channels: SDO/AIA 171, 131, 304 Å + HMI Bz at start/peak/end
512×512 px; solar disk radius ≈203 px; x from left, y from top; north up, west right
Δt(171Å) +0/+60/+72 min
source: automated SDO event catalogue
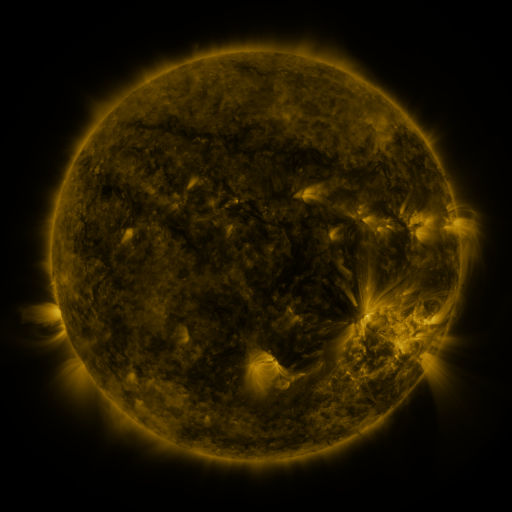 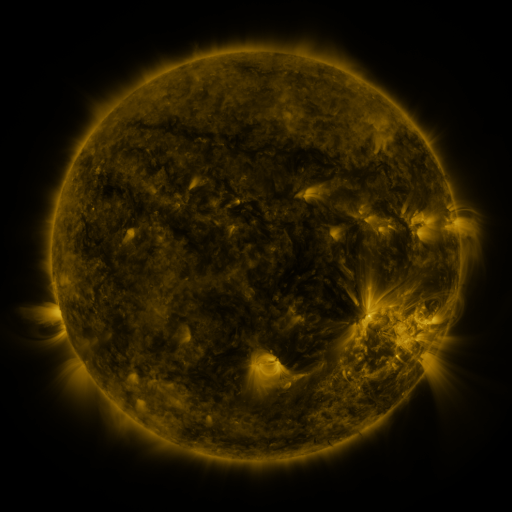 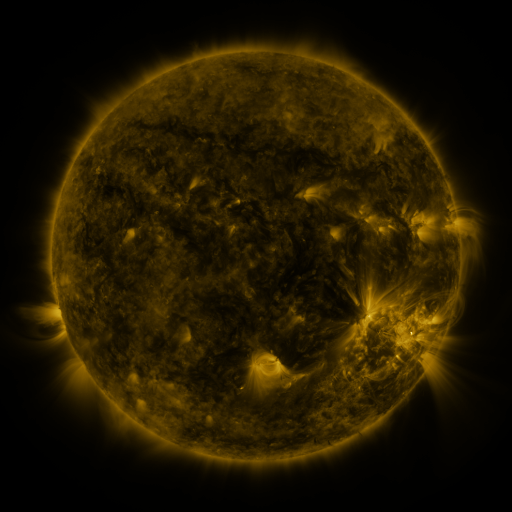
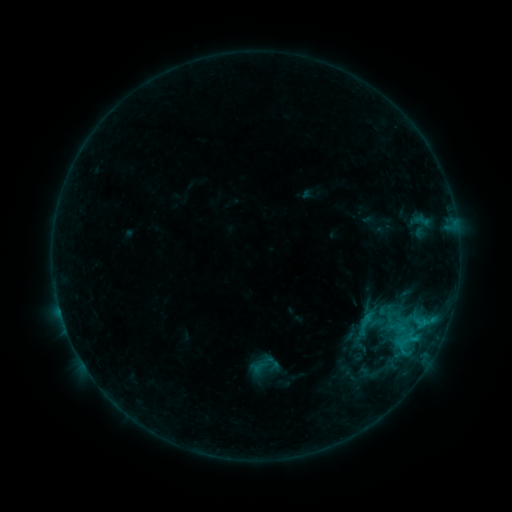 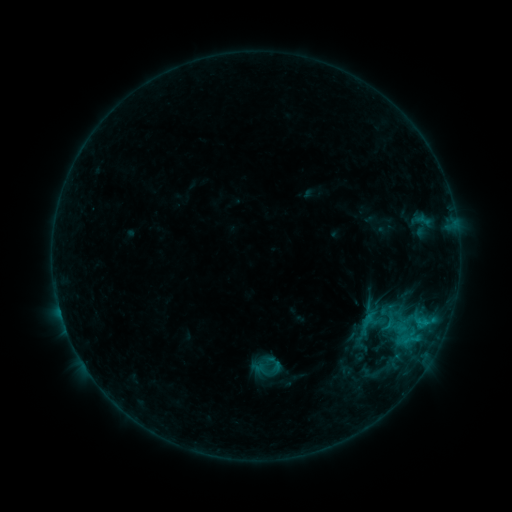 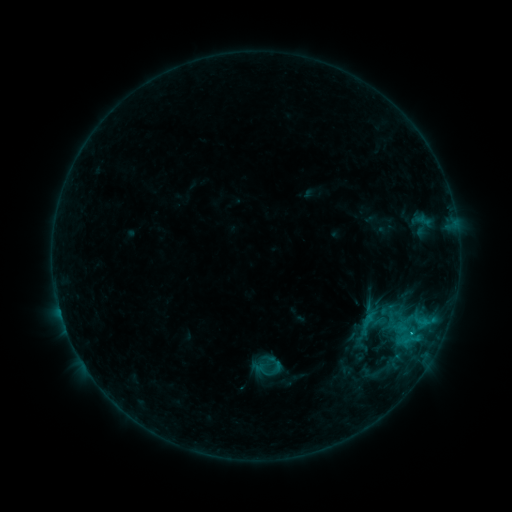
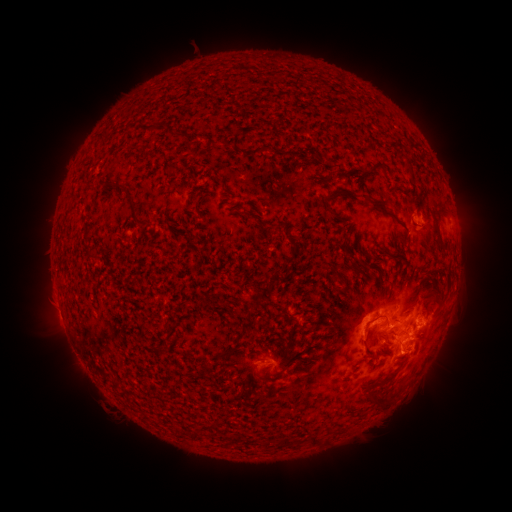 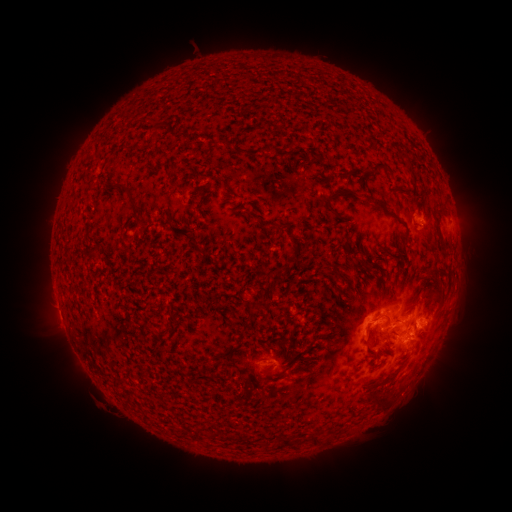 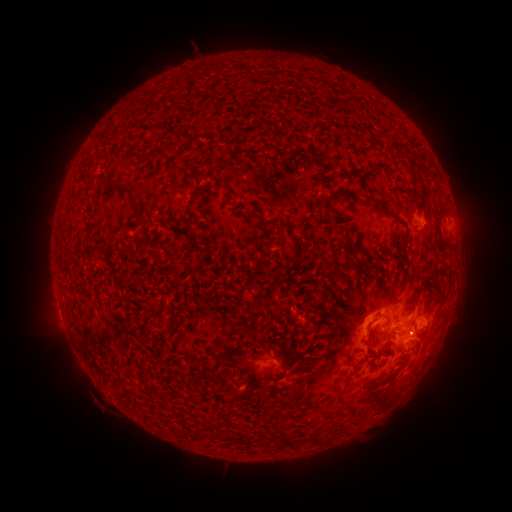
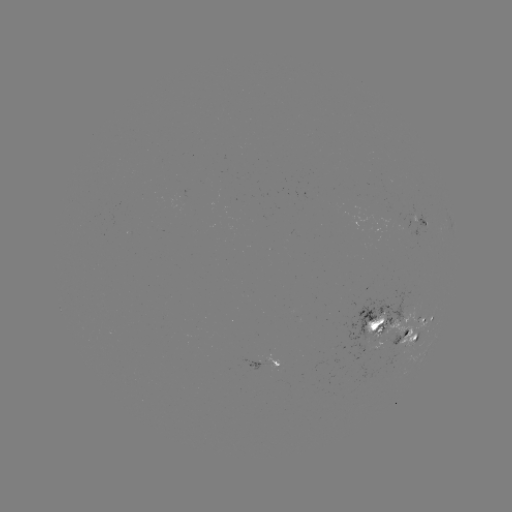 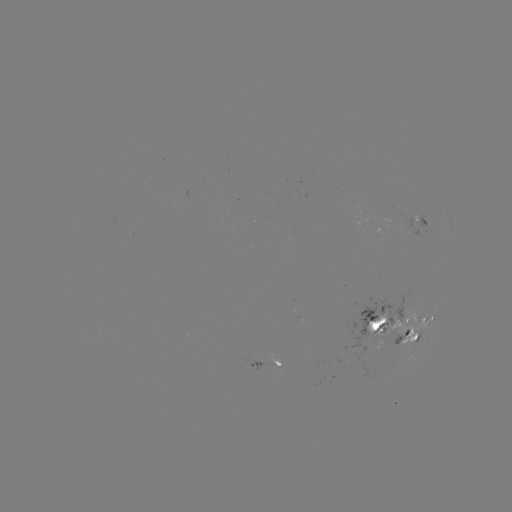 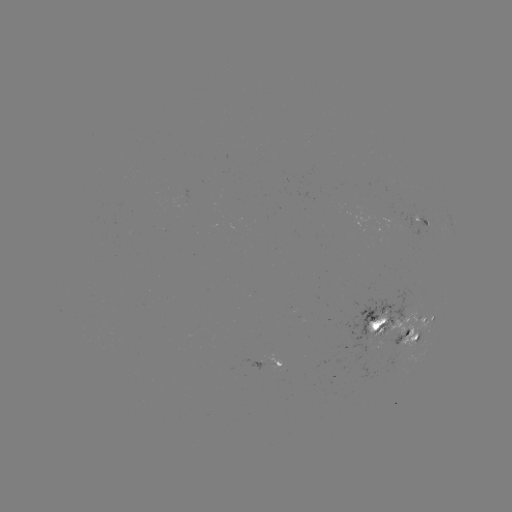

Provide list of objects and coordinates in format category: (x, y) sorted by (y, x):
emerging-flux region: (377, 341)
